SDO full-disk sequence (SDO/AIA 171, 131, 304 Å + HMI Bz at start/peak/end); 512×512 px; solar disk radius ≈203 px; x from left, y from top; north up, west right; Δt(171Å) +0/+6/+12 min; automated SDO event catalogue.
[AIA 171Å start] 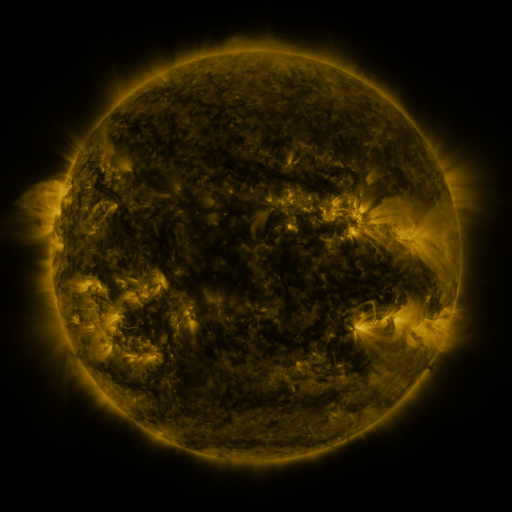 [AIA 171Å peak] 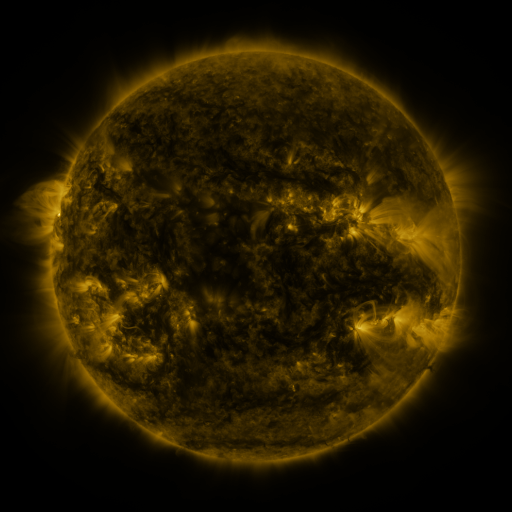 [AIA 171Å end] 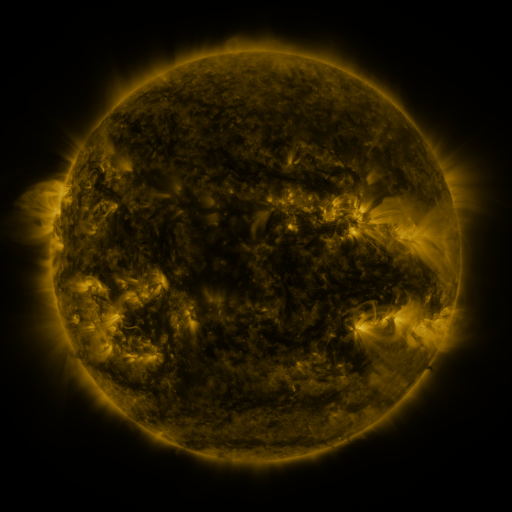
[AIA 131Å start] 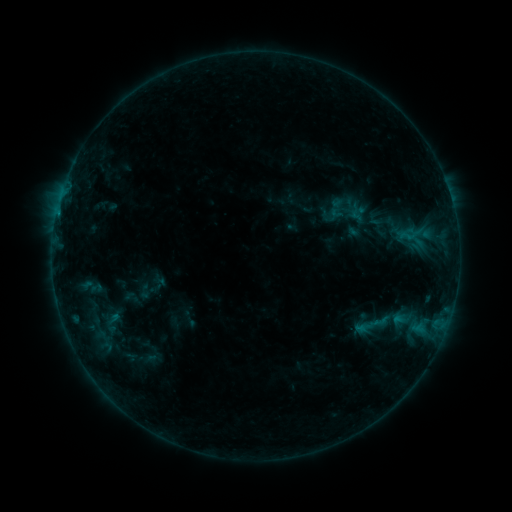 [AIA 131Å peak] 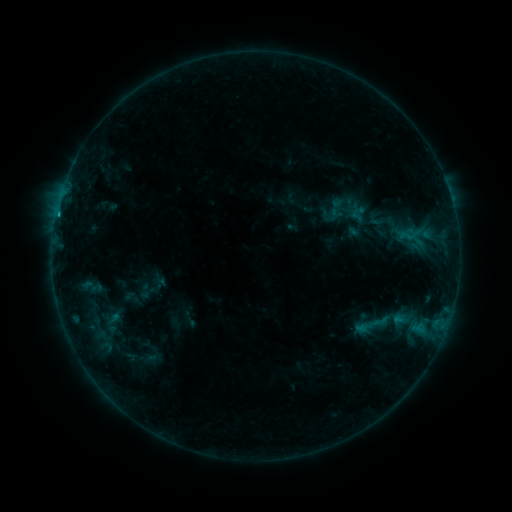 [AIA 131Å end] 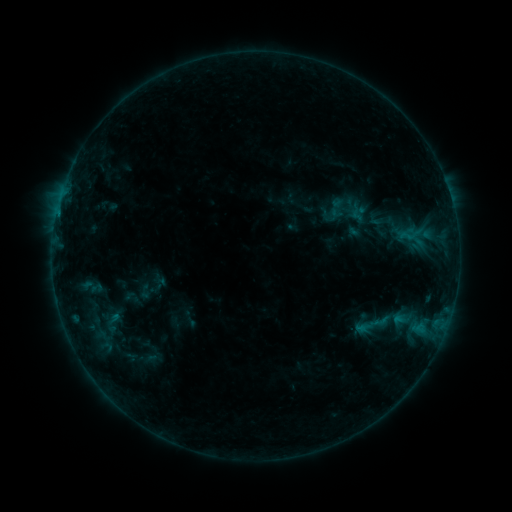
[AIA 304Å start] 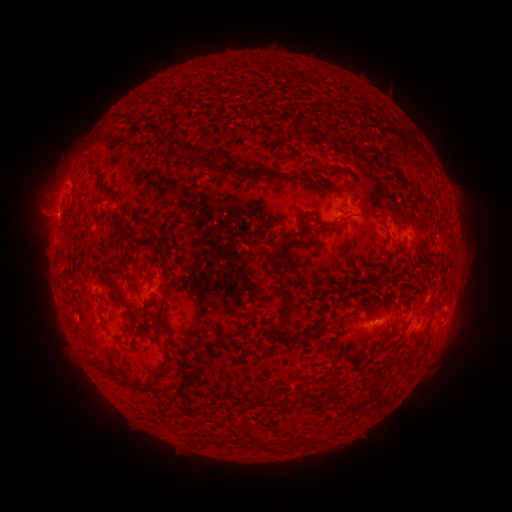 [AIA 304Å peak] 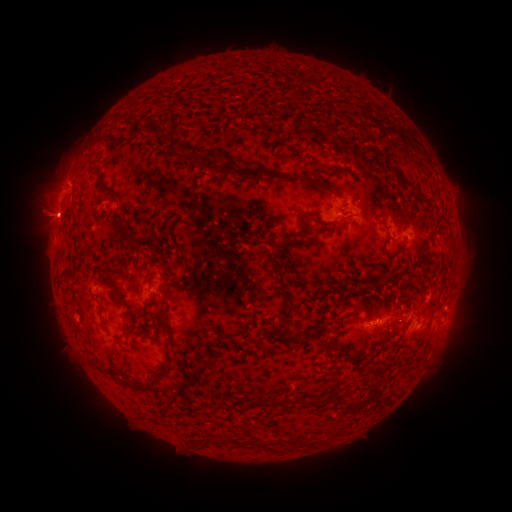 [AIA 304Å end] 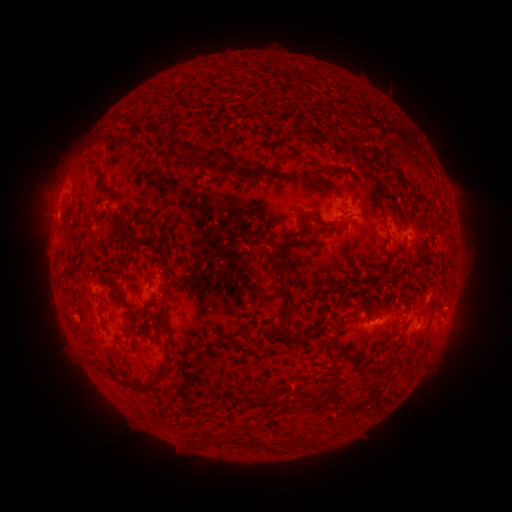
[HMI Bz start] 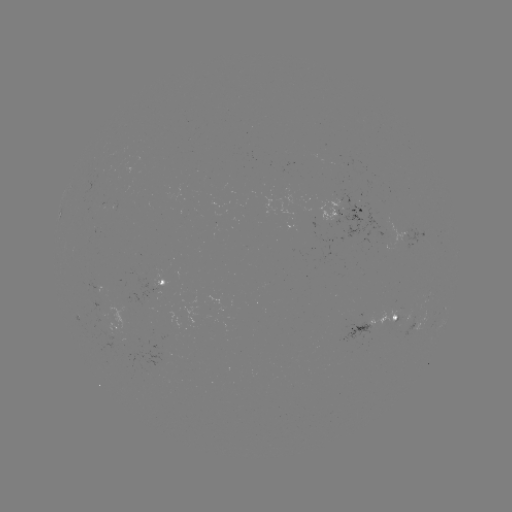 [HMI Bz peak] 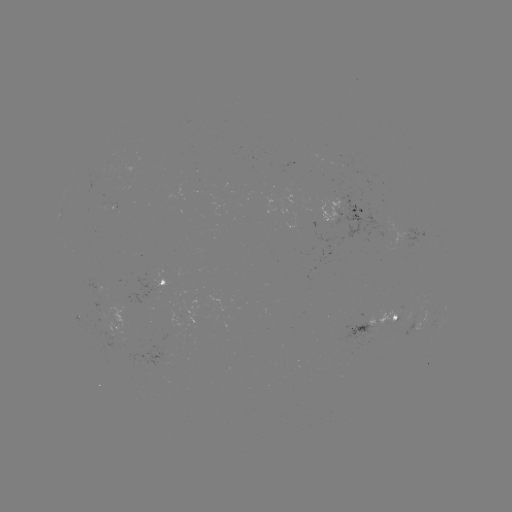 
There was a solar flare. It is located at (58, 216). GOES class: B4.2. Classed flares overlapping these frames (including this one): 1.